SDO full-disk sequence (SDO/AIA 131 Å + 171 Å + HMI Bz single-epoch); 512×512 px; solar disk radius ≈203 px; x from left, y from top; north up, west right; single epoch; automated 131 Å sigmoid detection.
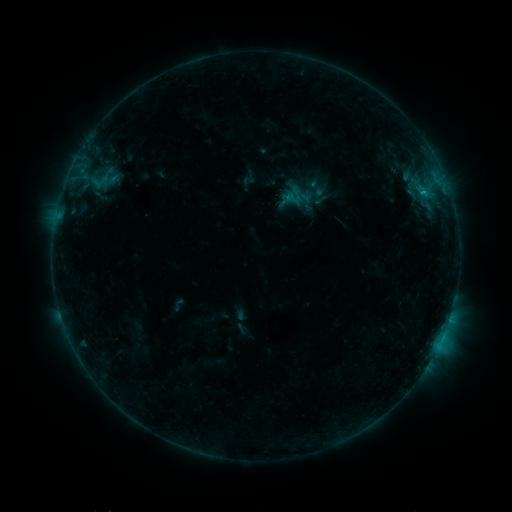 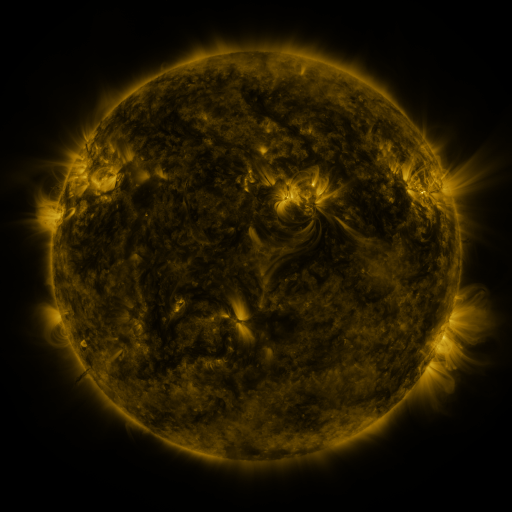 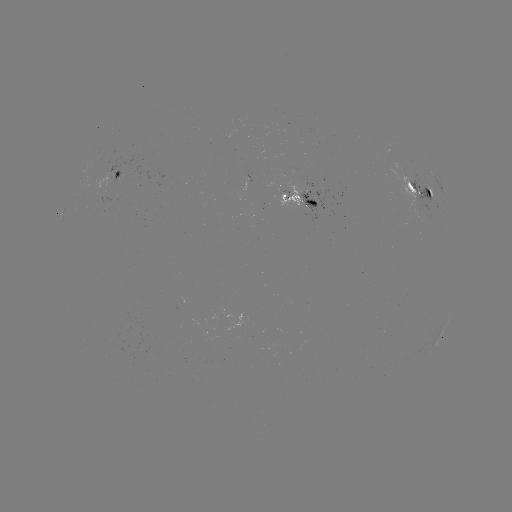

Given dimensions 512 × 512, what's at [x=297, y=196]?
sigmoid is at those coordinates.